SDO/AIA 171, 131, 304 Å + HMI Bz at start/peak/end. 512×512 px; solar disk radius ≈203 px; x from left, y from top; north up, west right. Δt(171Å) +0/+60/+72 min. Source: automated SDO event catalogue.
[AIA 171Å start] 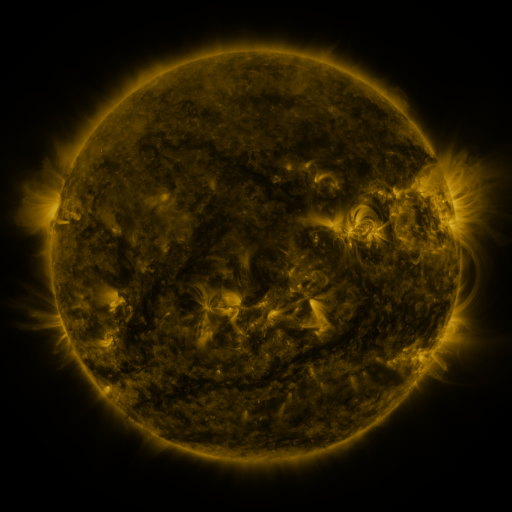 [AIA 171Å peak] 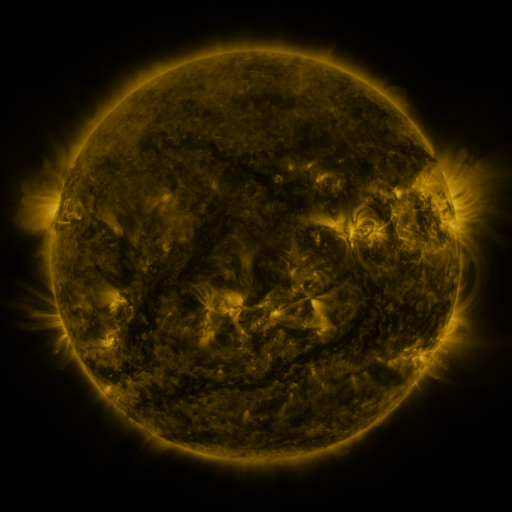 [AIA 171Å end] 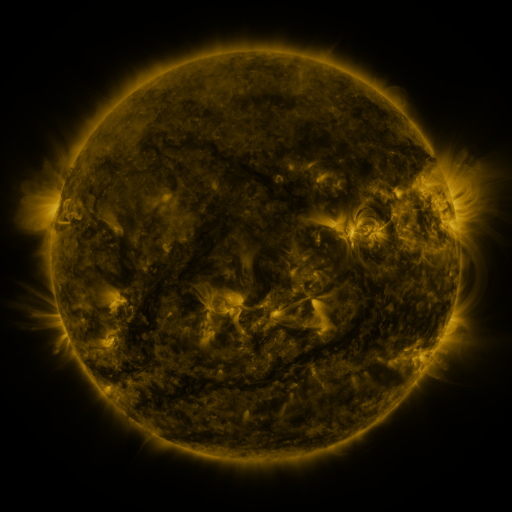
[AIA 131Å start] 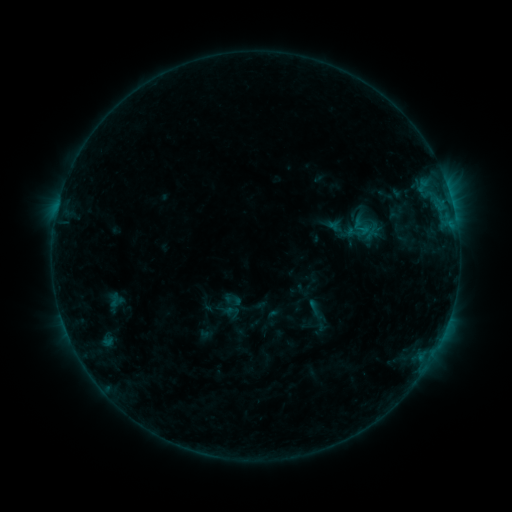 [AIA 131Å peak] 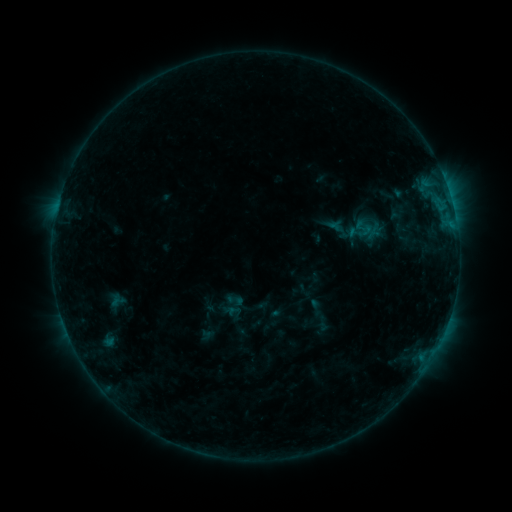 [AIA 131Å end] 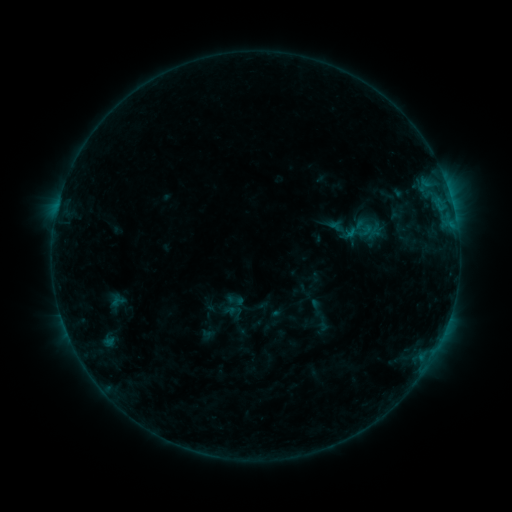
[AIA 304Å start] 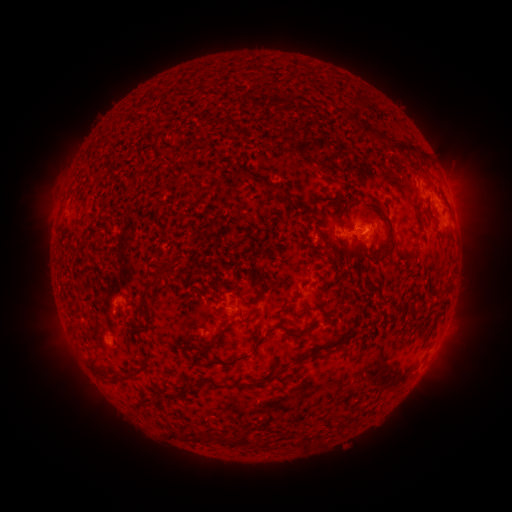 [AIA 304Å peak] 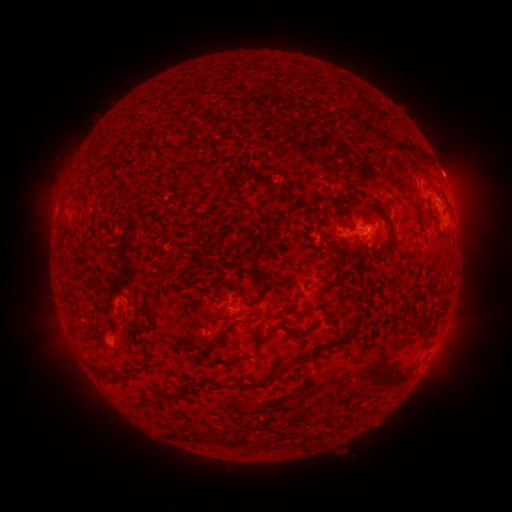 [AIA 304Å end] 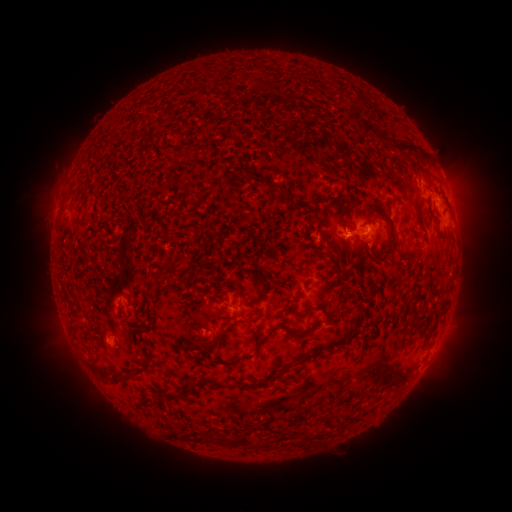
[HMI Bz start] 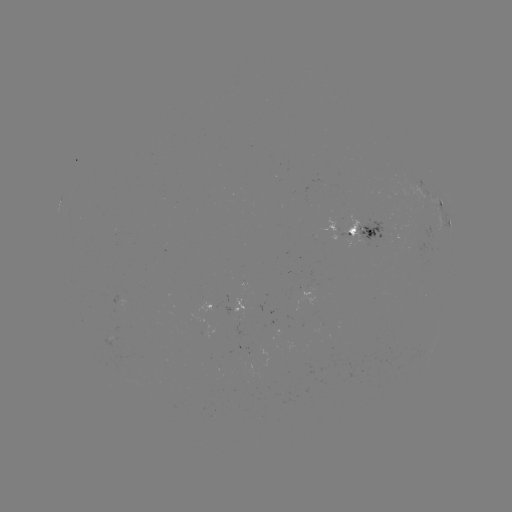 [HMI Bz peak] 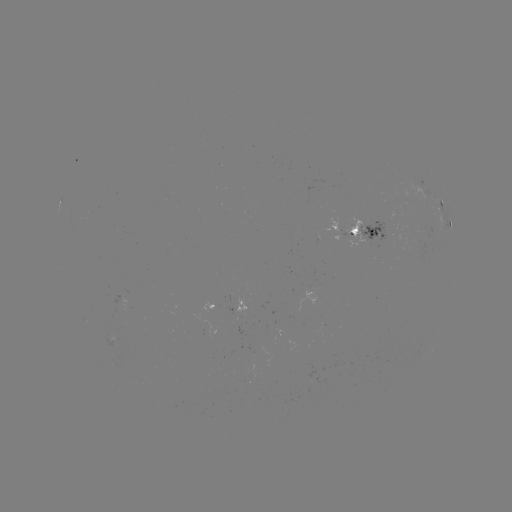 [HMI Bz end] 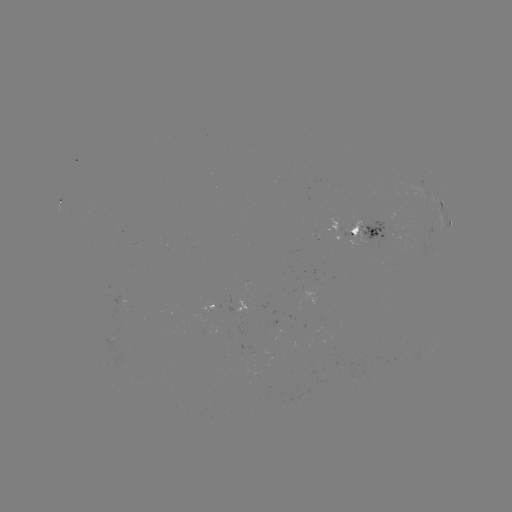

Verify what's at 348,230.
emerging-flux region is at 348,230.